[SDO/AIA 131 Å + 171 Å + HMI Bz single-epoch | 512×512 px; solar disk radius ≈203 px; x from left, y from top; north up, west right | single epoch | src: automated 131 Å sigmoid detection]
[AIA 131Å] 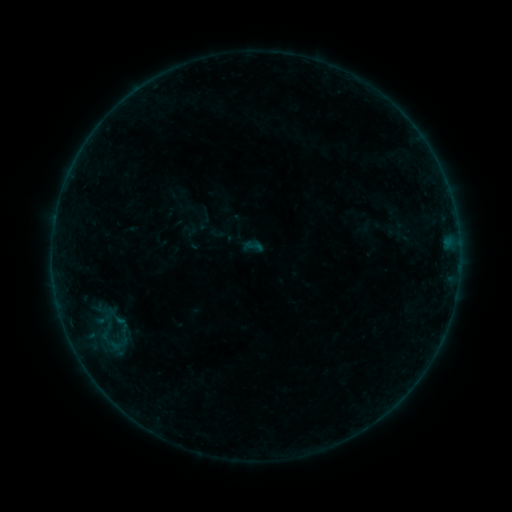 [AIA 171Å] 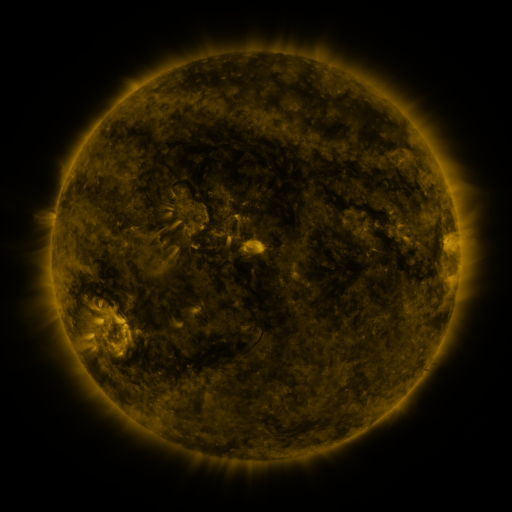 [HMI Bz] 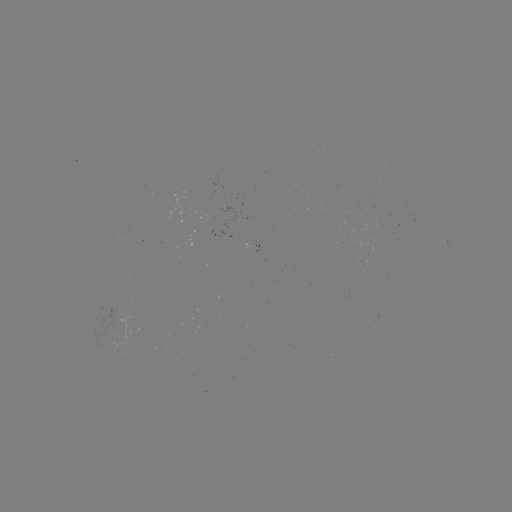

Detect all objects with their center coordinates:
sigmoid: (254, 246)
sigmoid: (104, 315)
